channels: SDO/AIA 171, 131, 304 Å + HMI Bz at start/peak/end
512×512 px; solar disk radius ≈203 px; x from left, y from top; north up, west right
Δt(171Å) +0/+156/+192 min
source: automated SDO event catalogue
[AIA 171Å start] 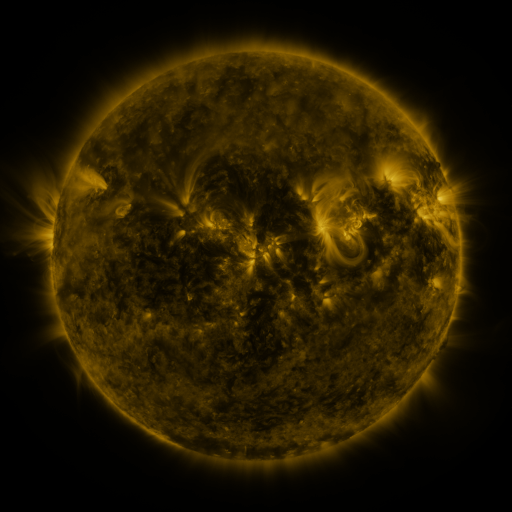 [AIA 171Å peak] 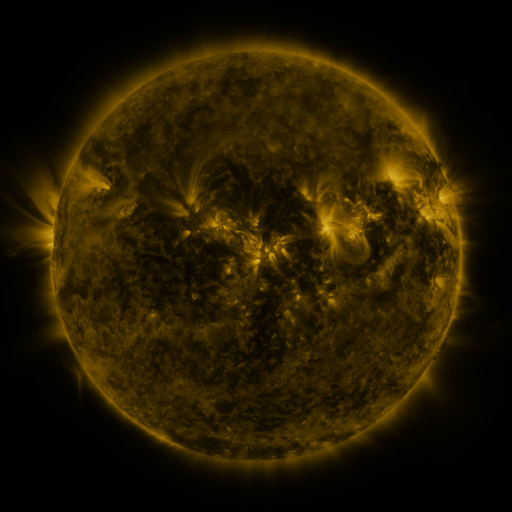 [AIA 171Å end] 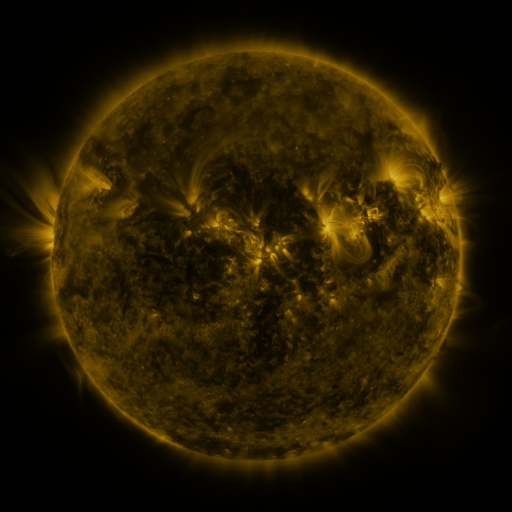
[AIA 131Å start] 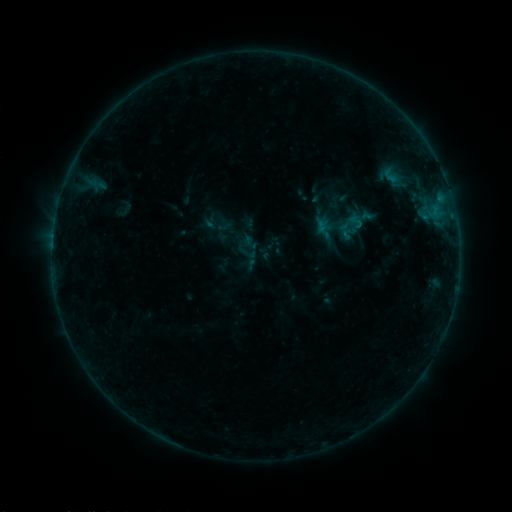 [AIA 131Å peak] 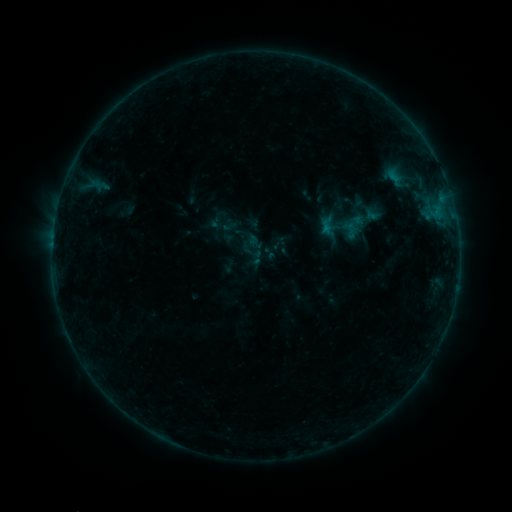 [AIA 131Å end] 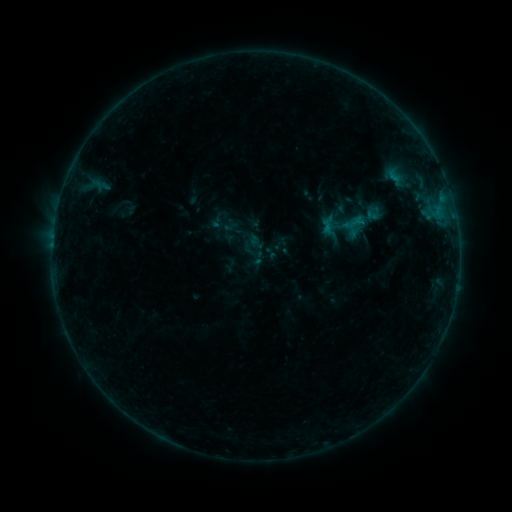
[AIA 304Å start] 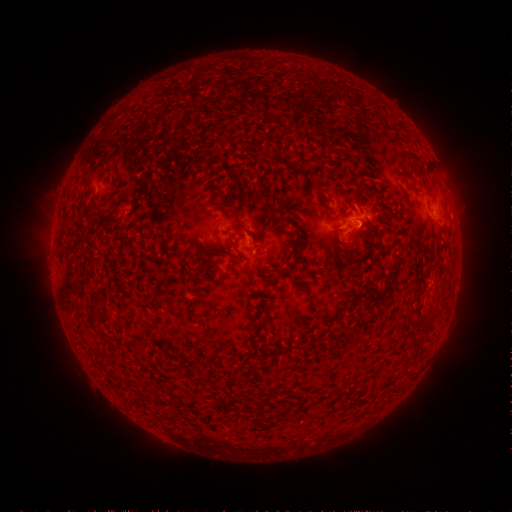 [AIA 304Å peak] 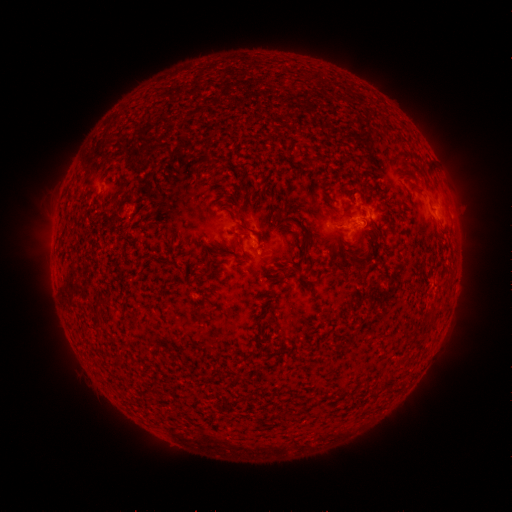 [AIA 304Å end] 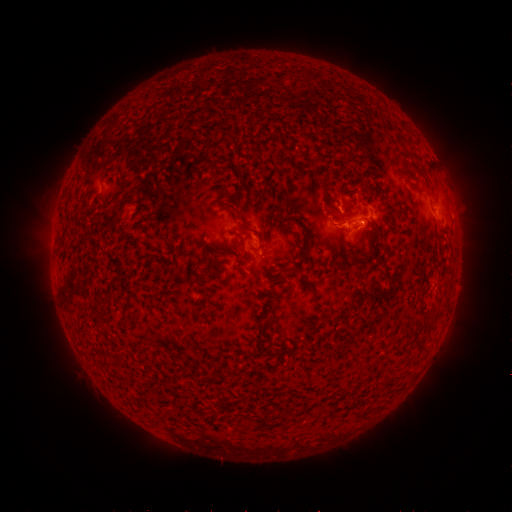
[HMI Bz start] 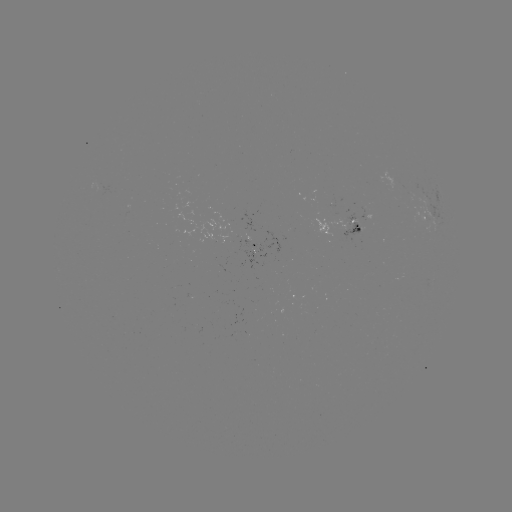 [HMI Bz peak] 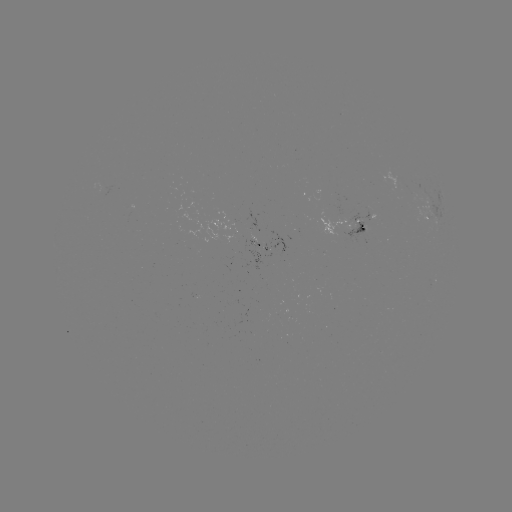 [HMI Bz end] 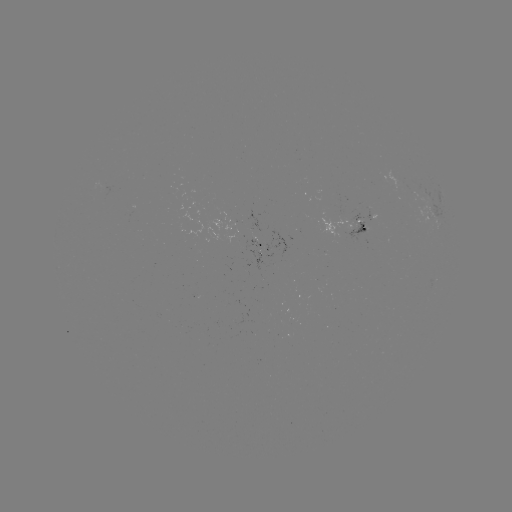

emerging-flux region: [93, 180, 105, 193]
